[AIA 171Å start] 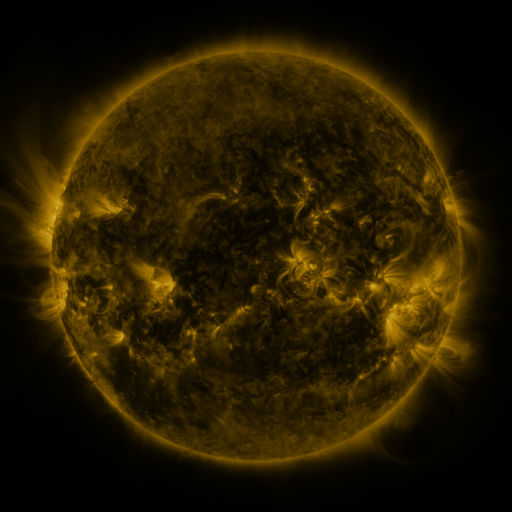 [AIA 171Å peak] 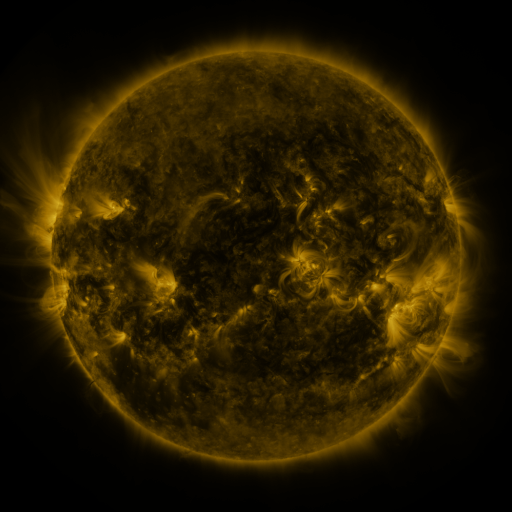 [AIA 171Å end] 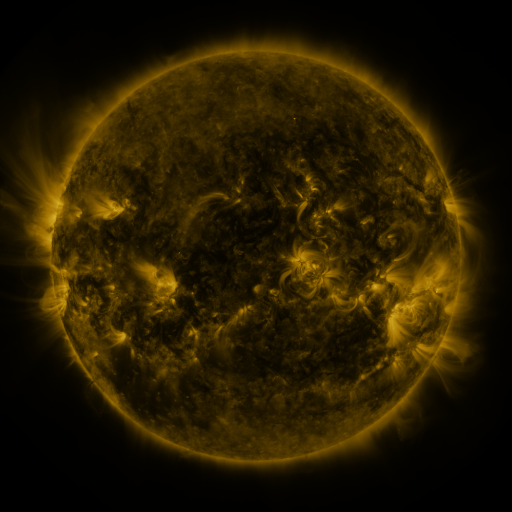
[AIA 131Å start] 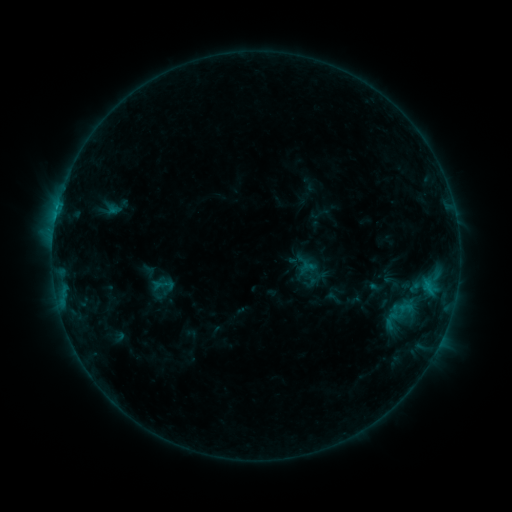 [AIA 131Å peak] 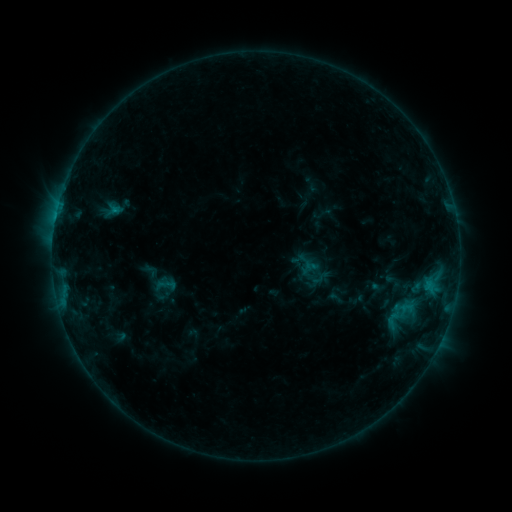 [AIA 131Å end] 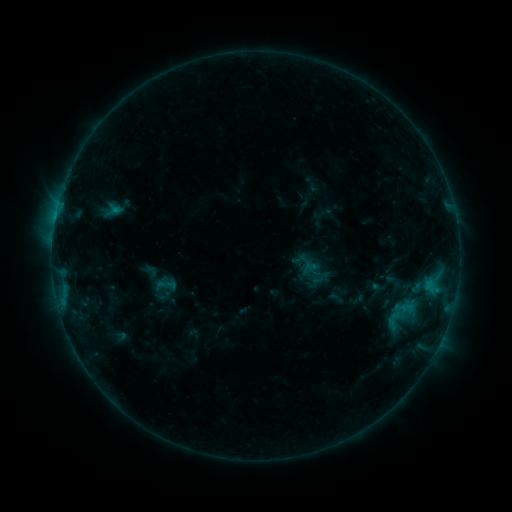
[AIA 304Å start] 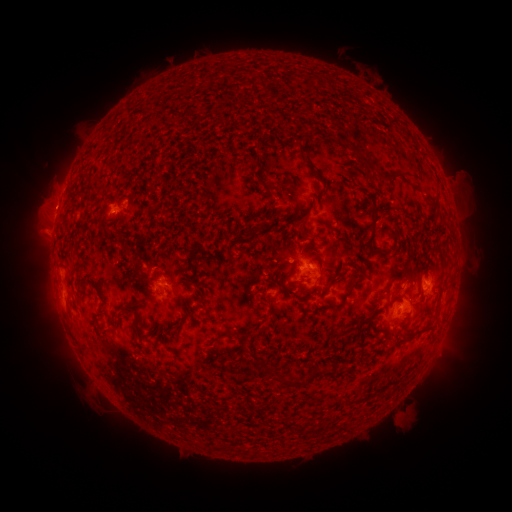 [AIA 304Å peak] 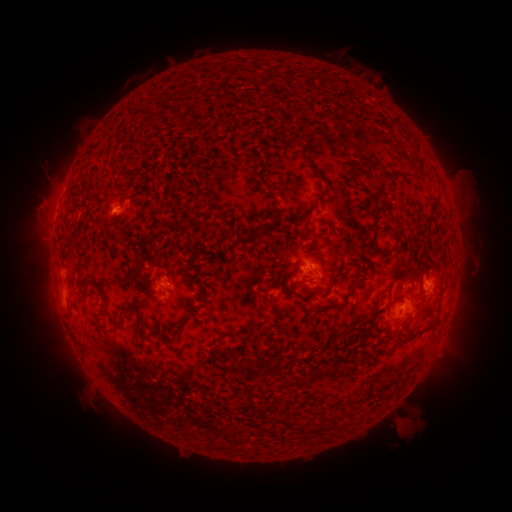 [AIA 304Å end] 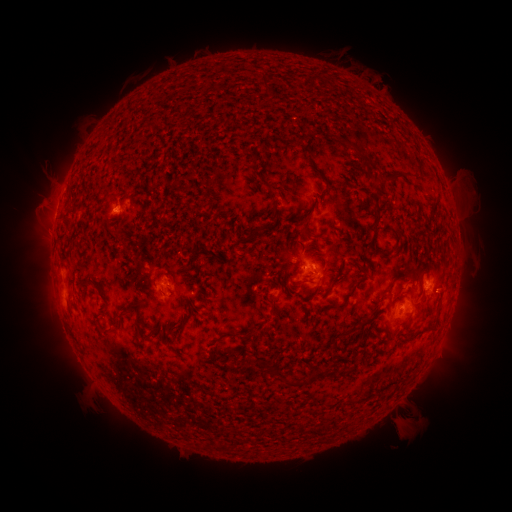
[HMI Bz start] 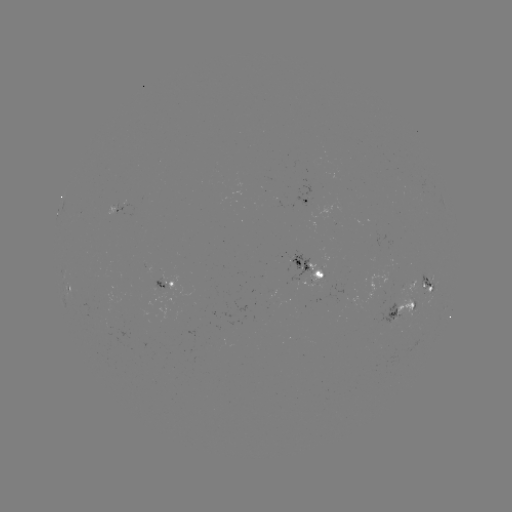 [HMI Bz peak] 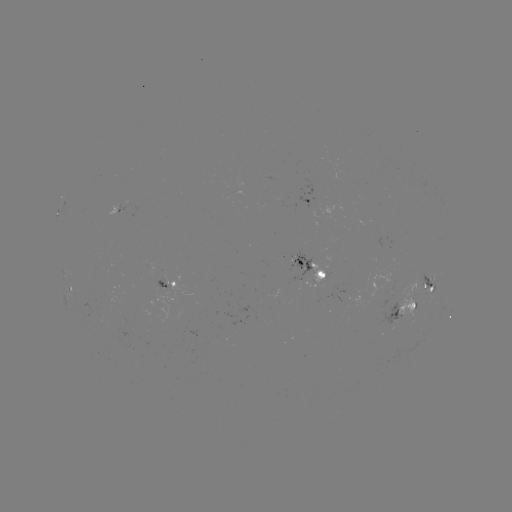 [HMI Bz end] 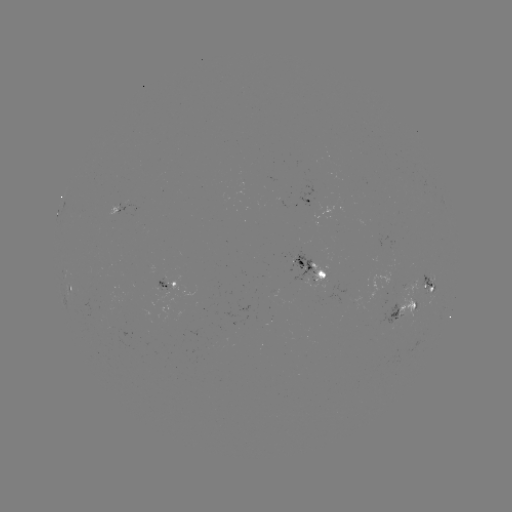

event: emerging-flux region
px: (122, 207)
